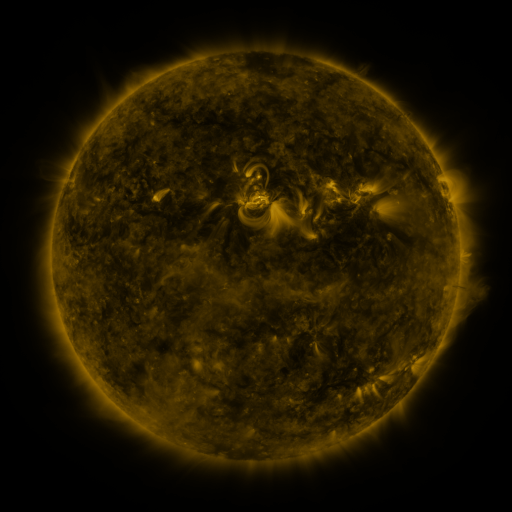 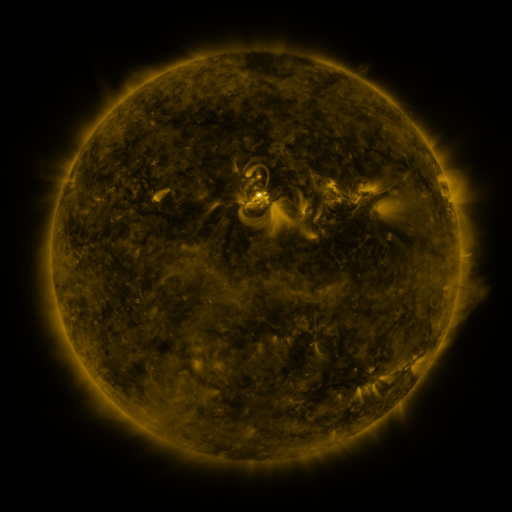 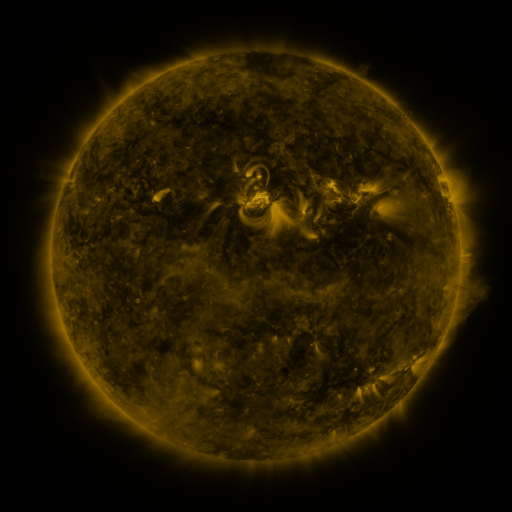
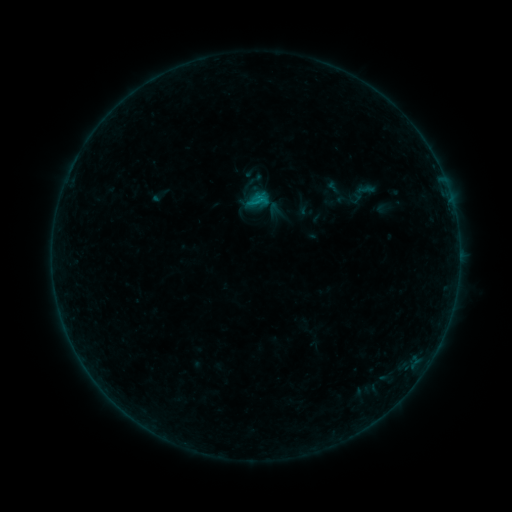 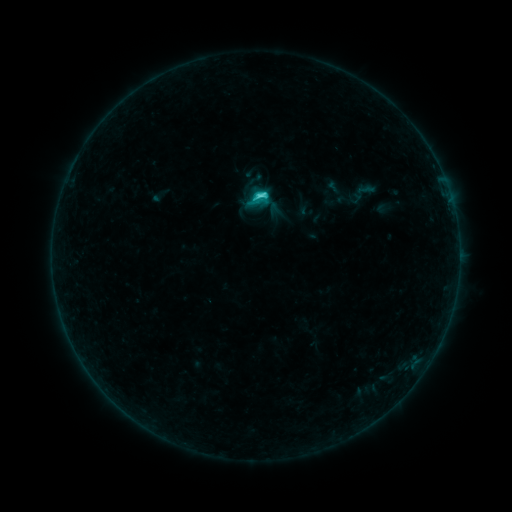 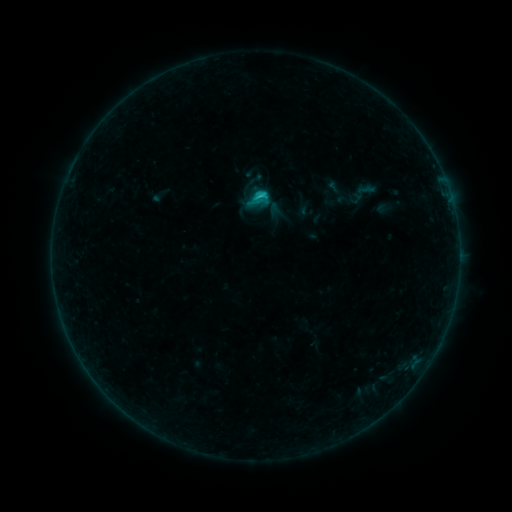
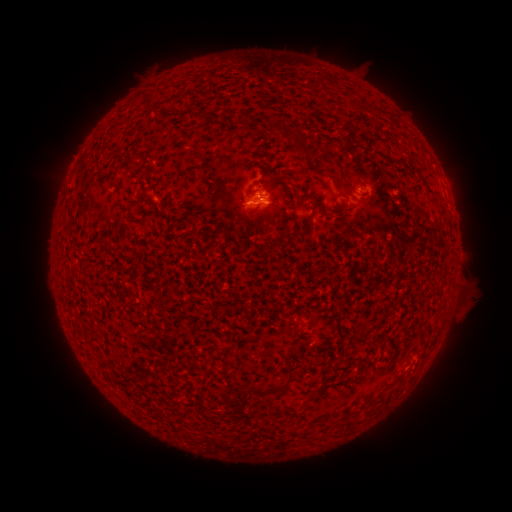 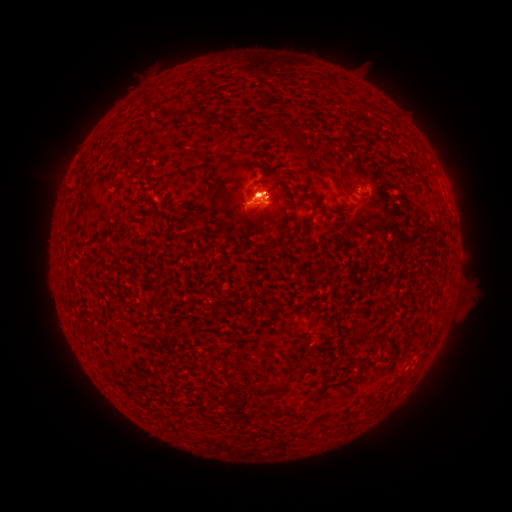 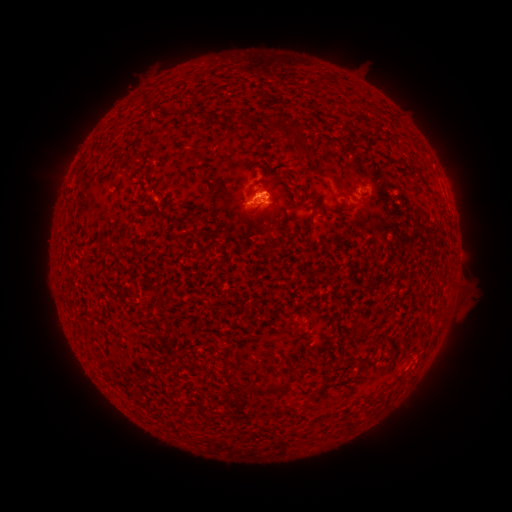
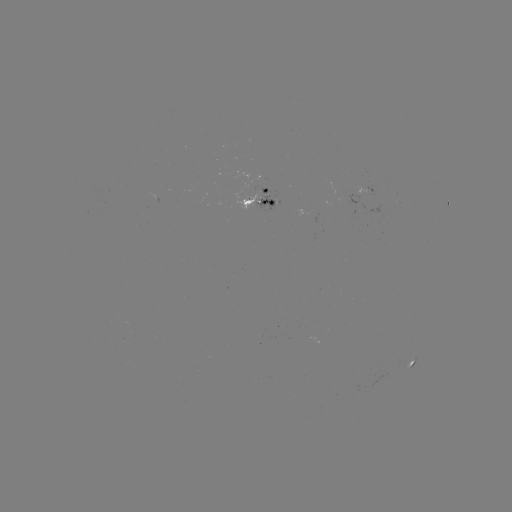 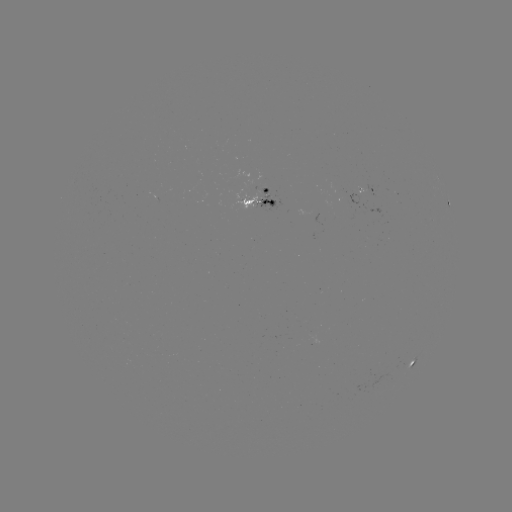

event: flare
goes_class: C2.3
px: (259, 196)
